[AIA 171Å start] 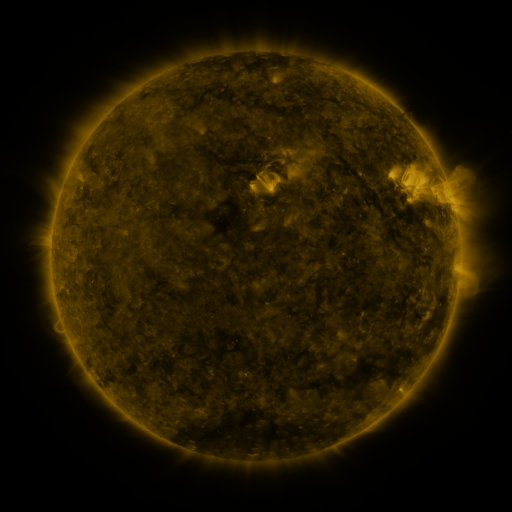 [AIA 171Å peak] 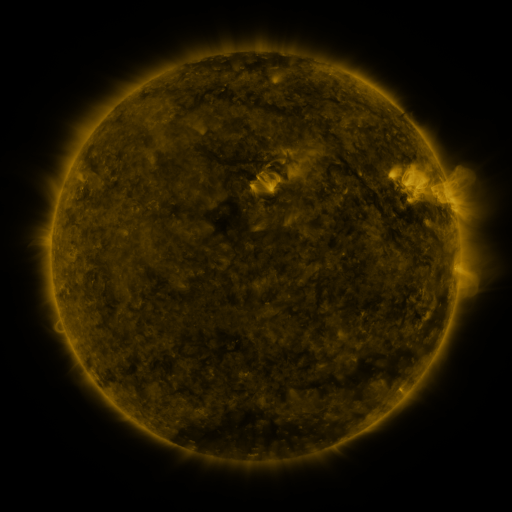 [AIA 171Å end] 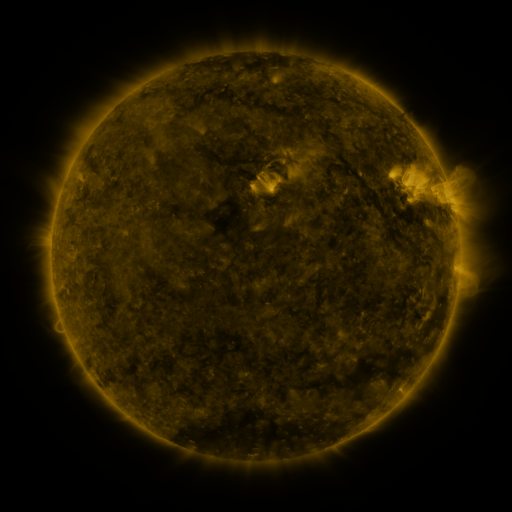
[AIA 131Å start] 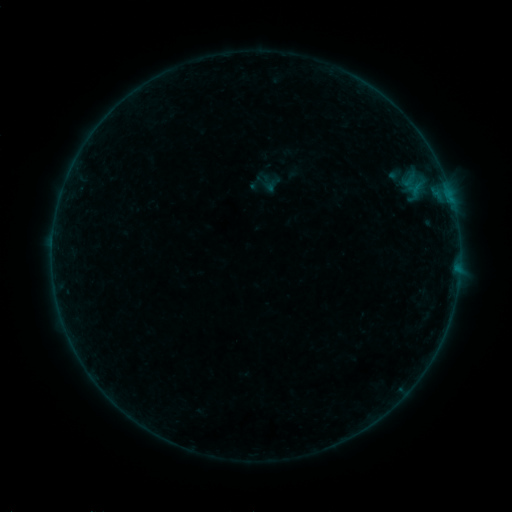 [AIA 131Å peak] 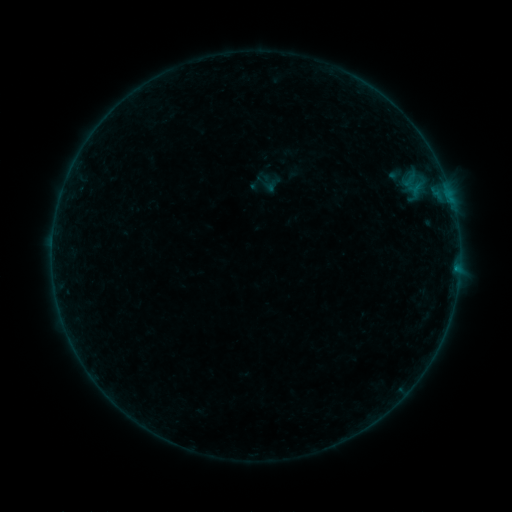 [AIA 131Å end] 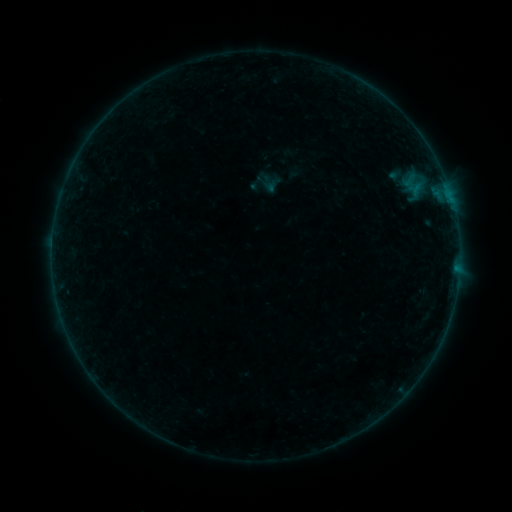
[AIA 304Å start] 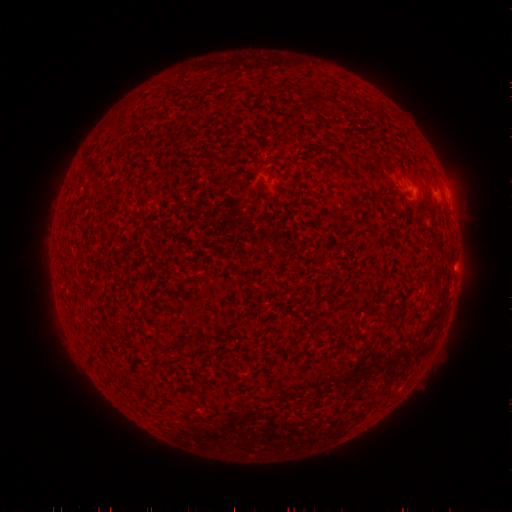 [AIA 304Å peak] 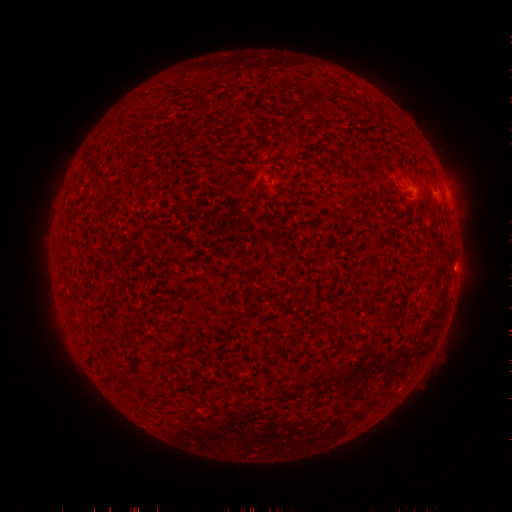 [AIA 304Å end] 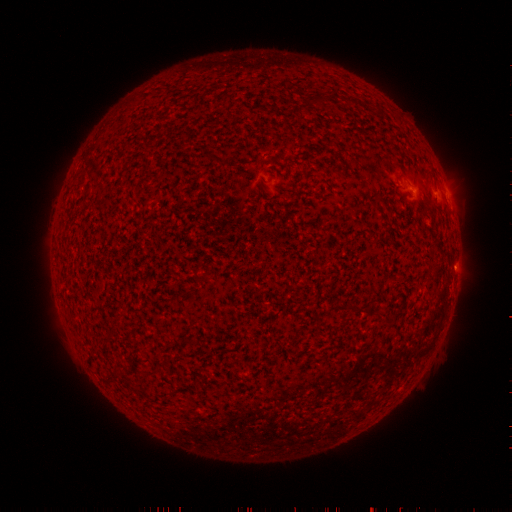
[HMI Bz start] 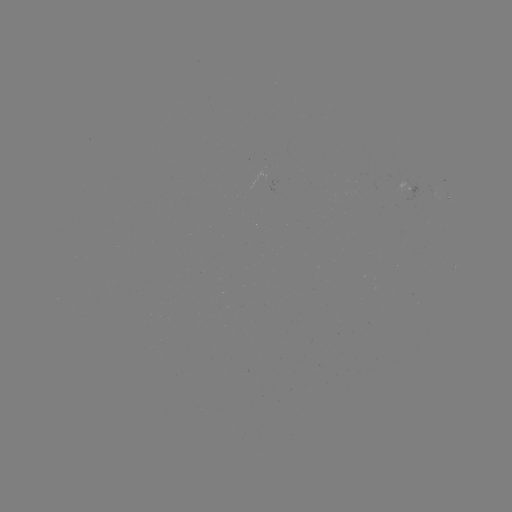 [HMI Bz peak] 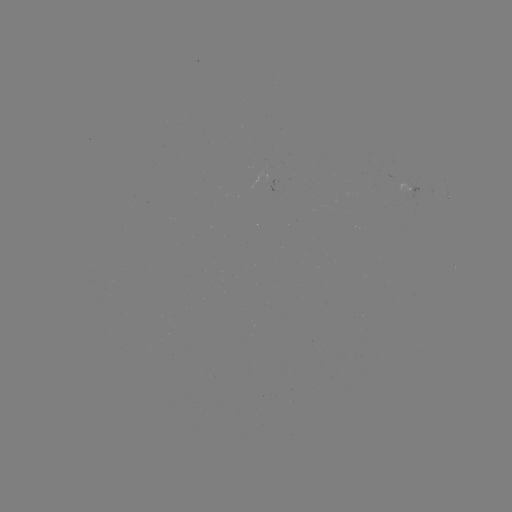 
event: flare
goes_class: B1.2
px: (455, 266)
